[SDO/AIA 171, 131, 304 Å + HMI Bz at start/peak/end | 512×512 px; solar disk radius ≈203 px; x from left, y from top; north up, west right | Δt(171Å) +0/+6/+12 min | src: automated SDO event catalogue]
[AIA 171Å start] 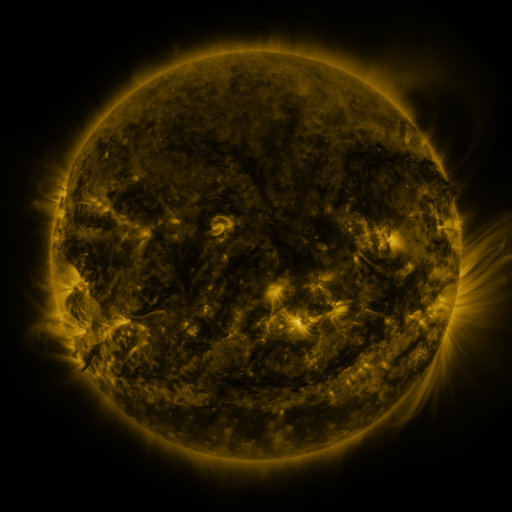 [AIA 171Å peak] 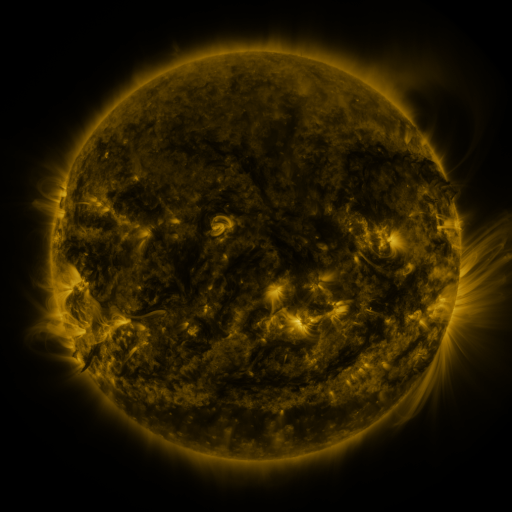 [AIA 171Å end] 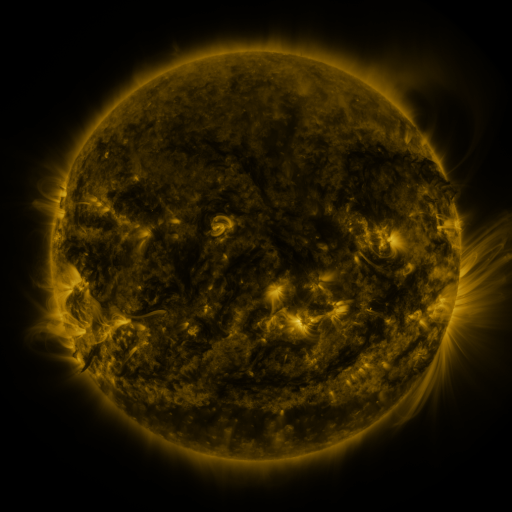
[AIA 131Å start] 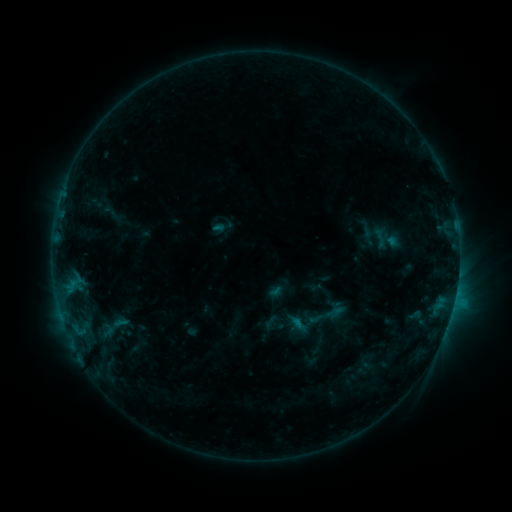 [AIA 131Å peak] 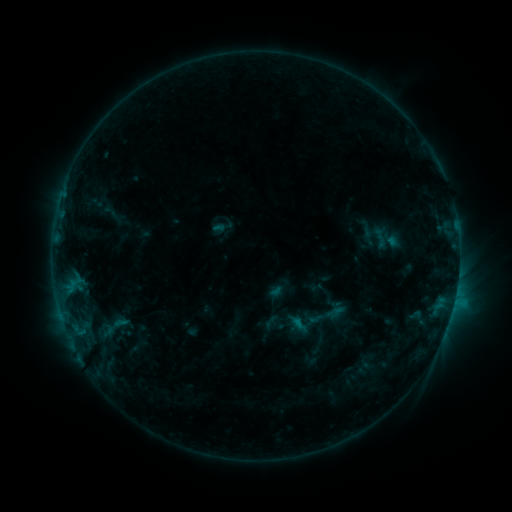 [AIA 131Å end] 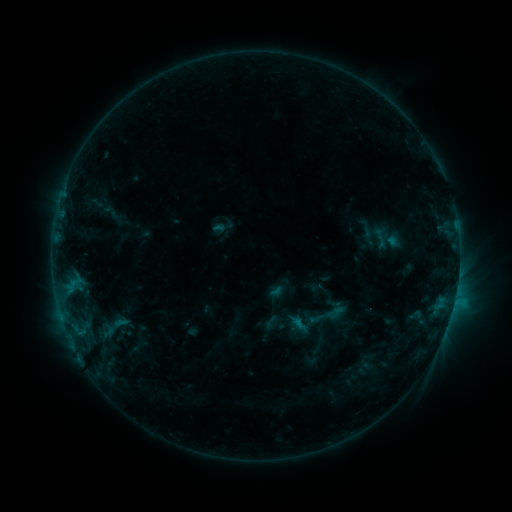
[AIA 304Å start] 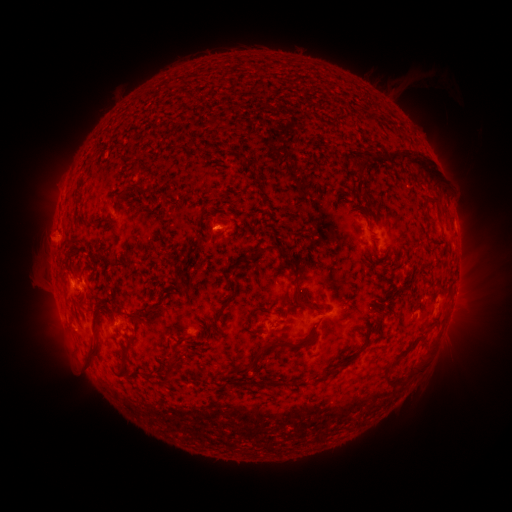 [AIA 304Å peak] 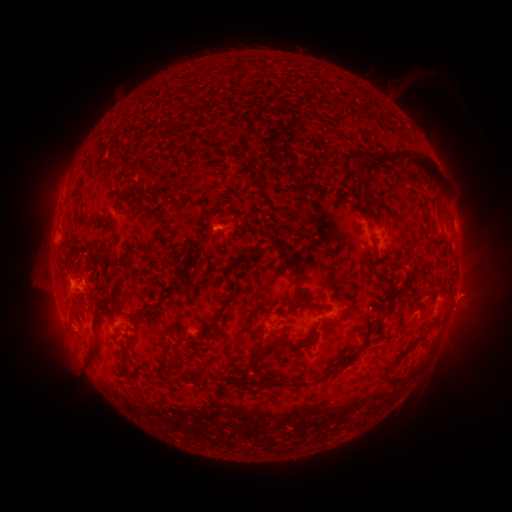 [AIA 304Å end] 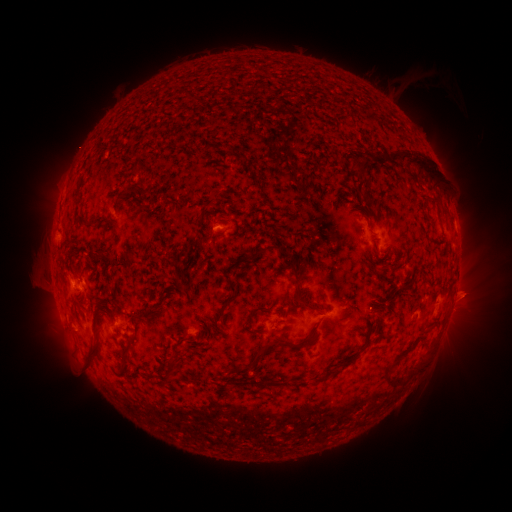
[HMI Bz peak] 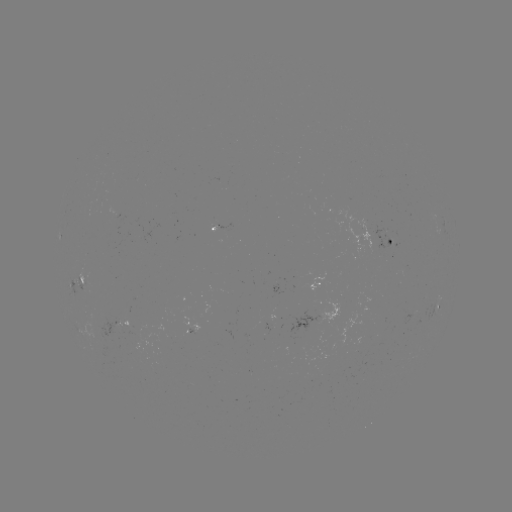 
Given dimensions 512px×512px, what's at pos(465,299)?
eruption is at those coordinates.